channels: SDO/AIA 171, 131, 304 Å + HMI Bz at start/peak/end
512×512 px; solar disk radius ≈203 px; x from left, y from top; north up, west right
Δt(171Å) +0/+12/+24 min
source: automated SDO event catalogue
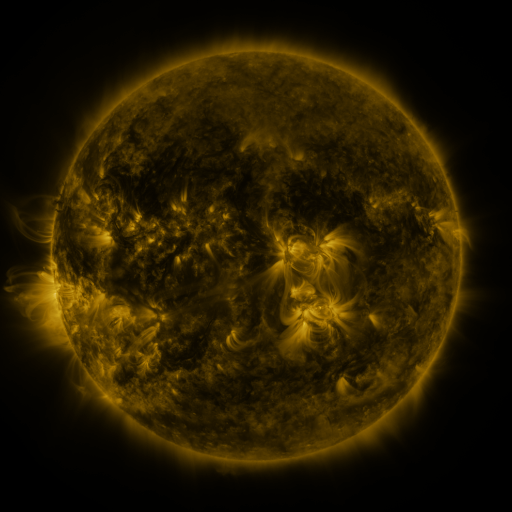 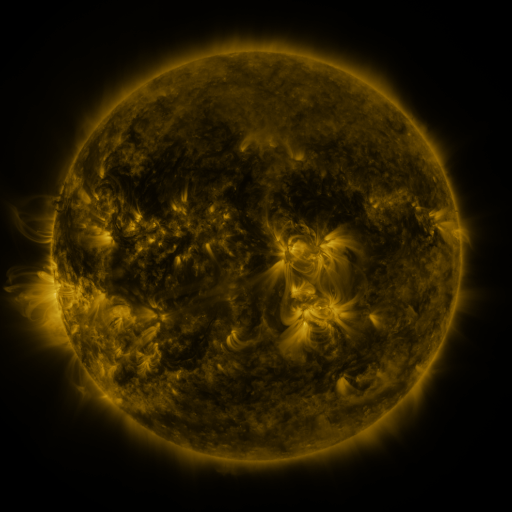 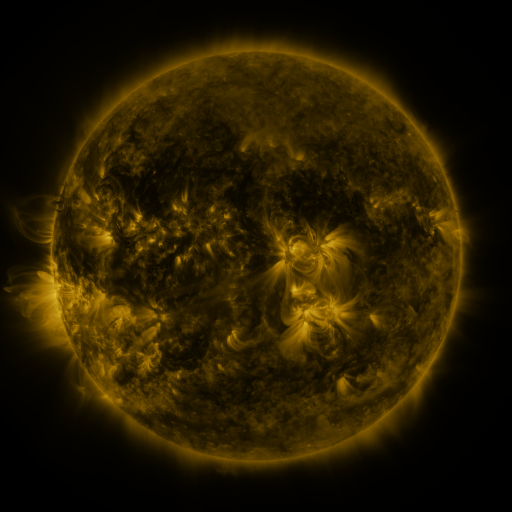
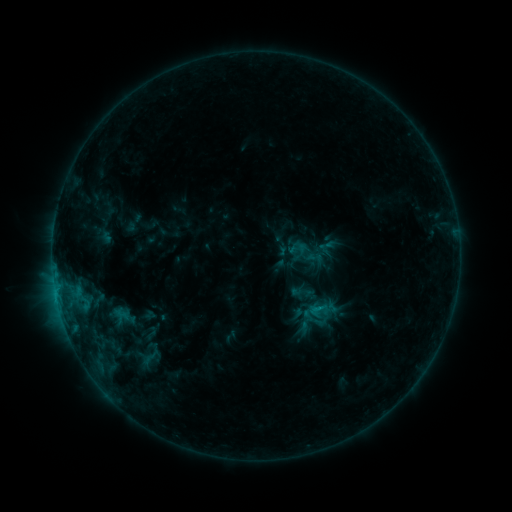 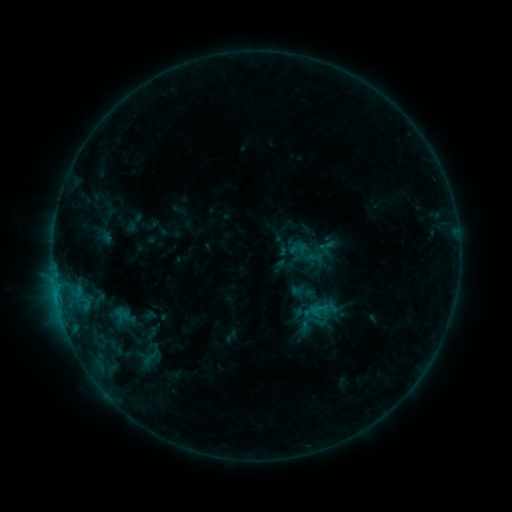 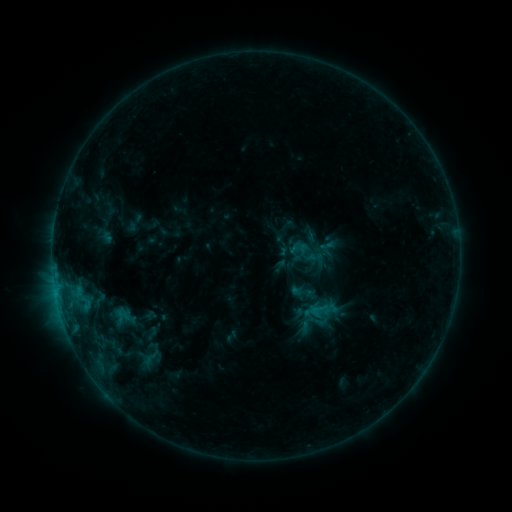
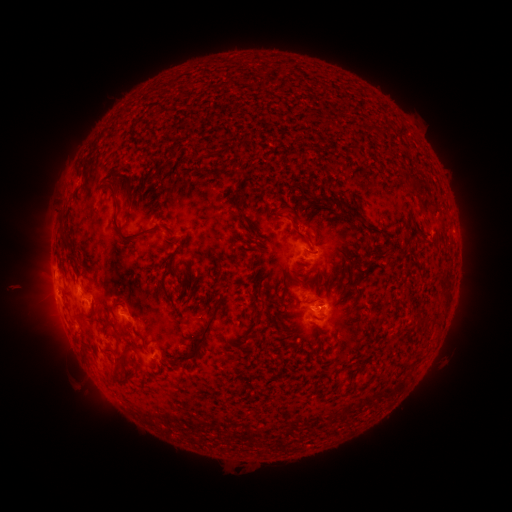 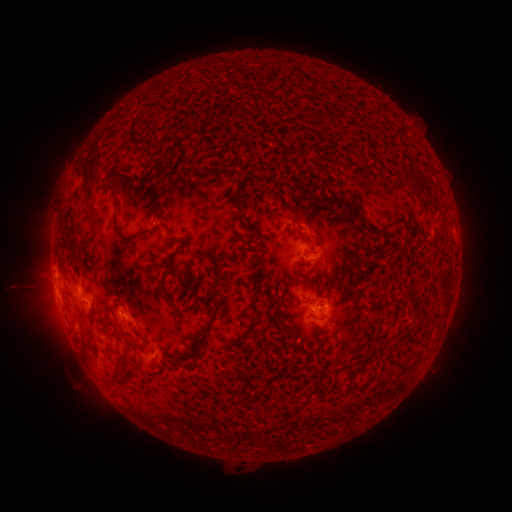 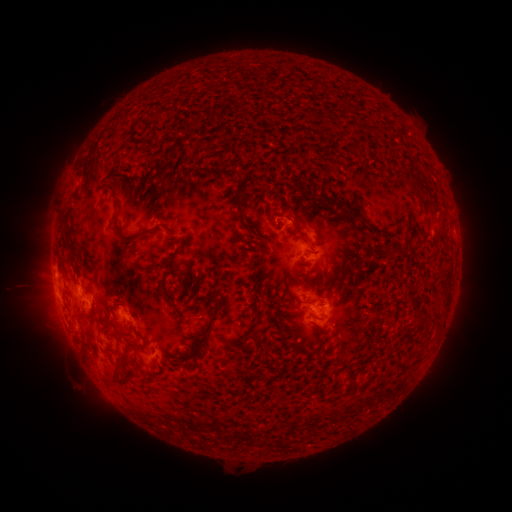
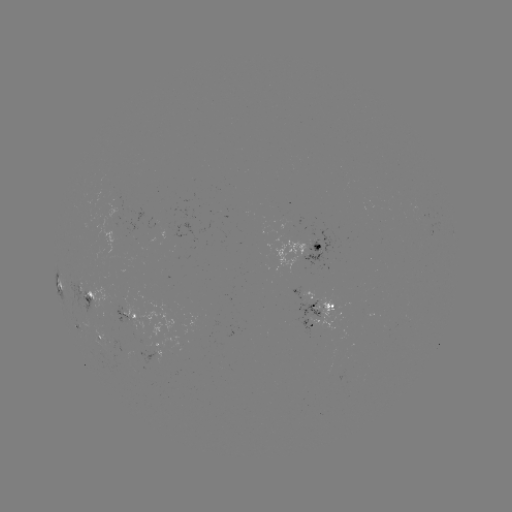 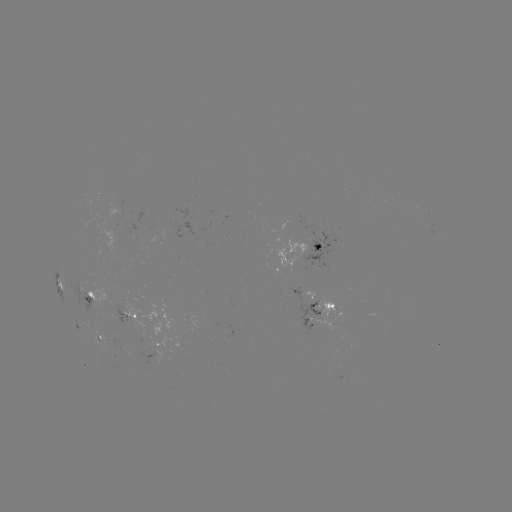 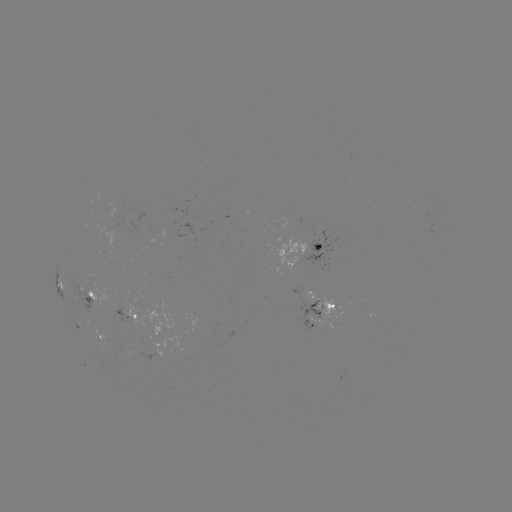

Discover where eruption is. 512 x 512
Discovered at (310, 222).